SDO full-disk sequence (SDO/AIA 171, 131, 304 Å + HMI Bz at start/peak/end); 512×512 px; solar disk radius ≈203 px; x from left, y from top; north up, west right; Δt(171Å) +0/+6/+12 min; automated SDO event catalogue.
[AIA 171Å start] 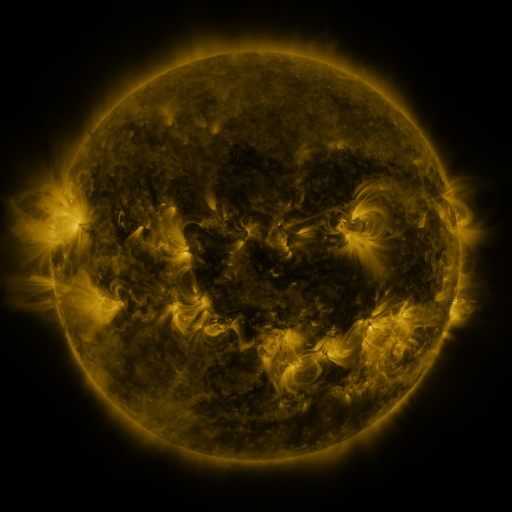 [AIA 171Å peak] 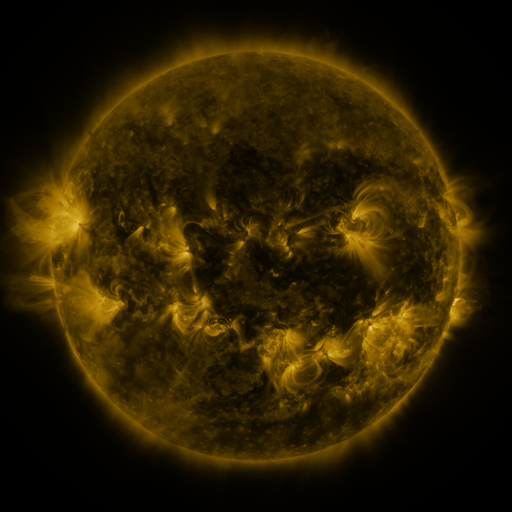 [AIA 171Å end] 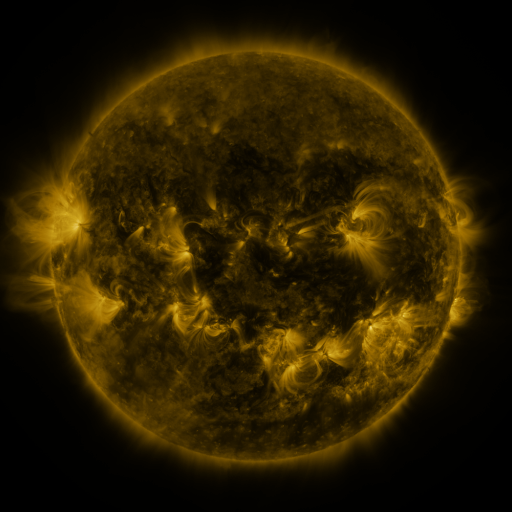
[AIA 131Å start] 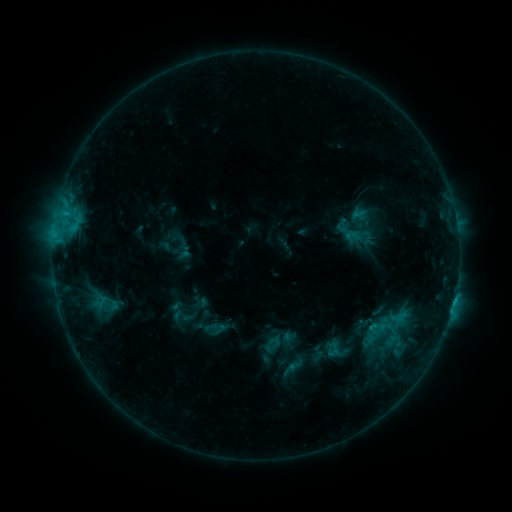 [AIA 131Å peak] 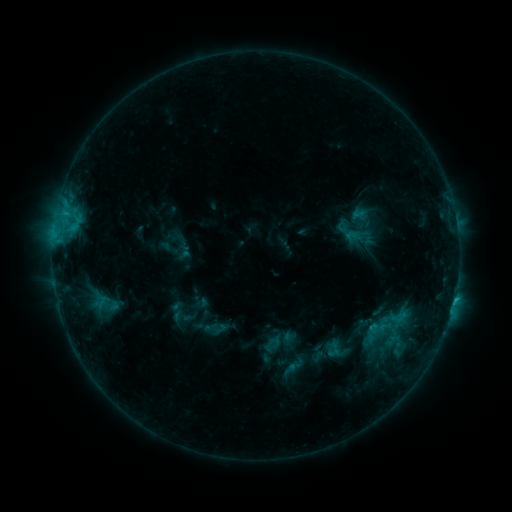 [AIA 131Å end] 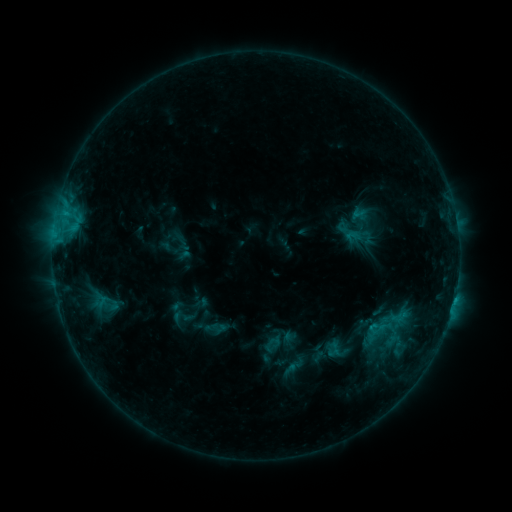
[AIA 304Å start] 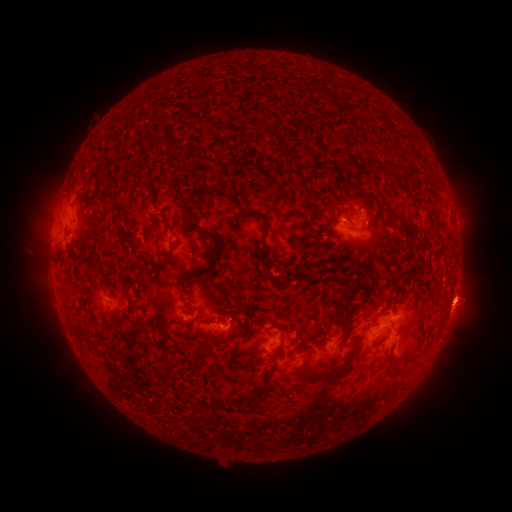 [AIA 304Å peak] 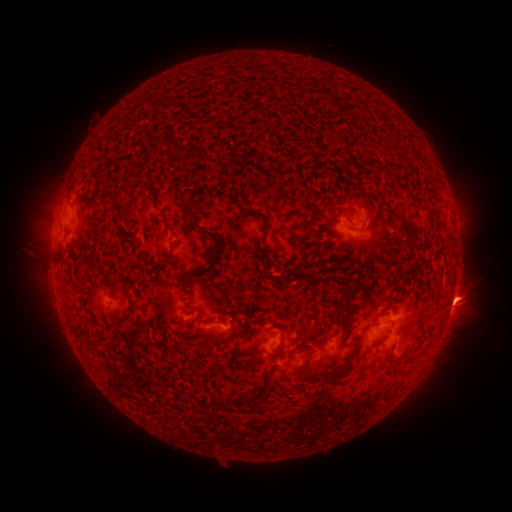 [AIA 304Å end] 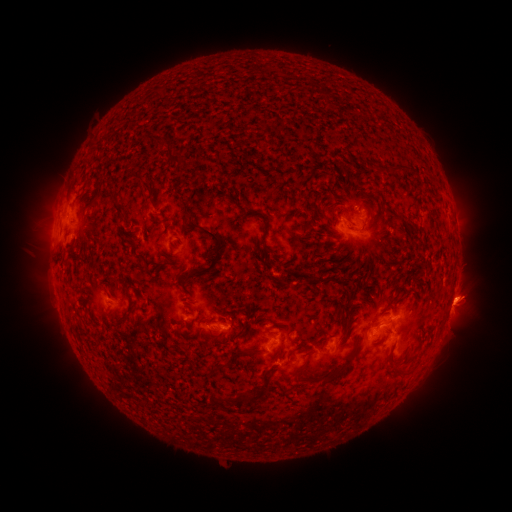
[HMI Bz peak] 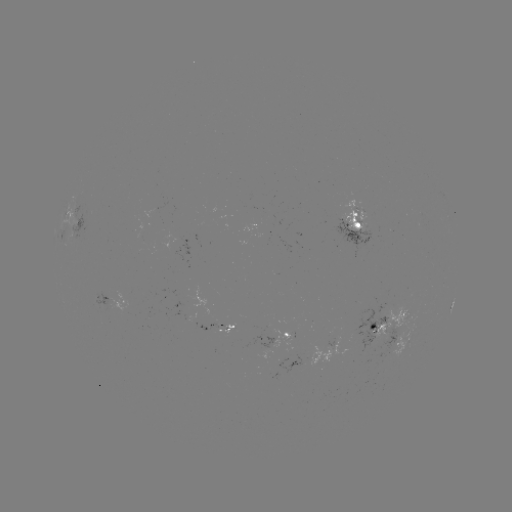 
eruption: [439, 267, 496, 344]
